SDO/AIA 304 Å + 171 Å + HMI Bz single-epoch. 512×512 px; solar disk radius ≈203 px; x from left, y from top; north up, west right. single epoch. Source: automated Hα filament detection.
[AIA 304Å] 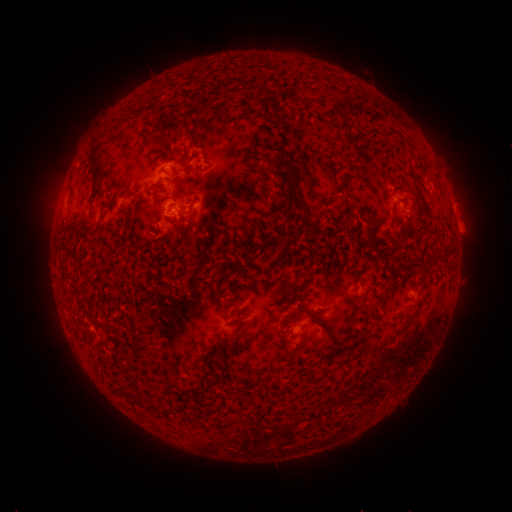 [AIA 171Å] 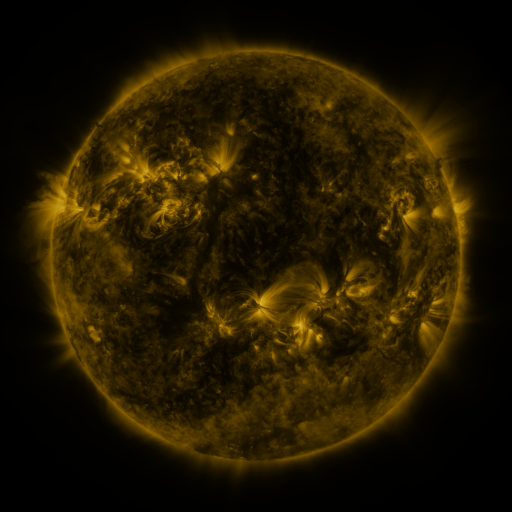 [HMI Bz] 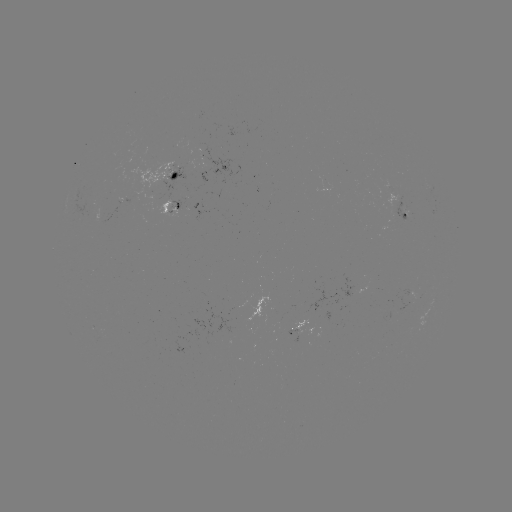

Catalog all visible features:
filament: (258, 88)
filament: (271, 105)
filament: (154, 122)
filament: (170, 126)
filament: (170, 153)
filament: (93, 159)
filament: (128, 194)
filament: (298, 195)
filament: (274, 317)
filament: (325, 344)
filament: (218, 354)
filament: (395, 357)
filament: (206, 387)
filament: (159, 408)
filament: (177, 409)
